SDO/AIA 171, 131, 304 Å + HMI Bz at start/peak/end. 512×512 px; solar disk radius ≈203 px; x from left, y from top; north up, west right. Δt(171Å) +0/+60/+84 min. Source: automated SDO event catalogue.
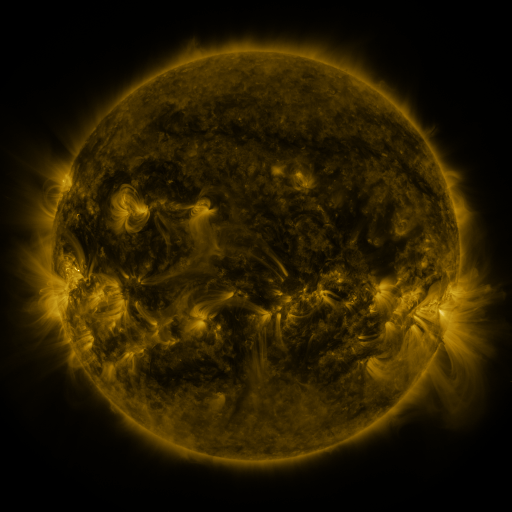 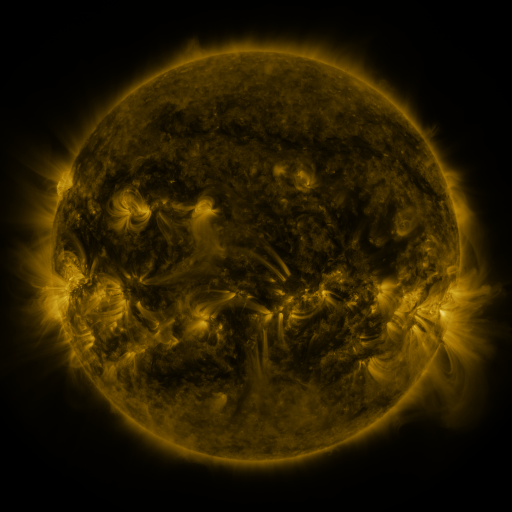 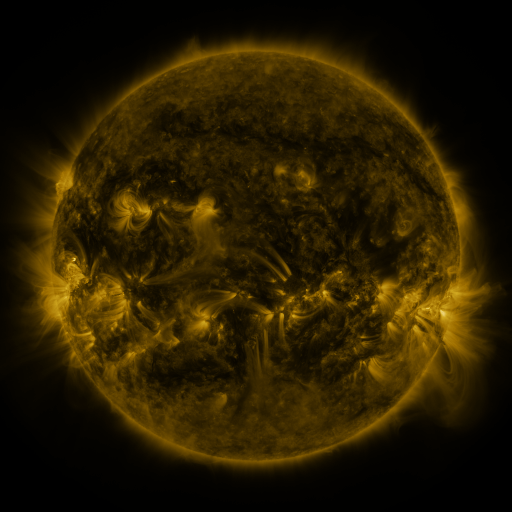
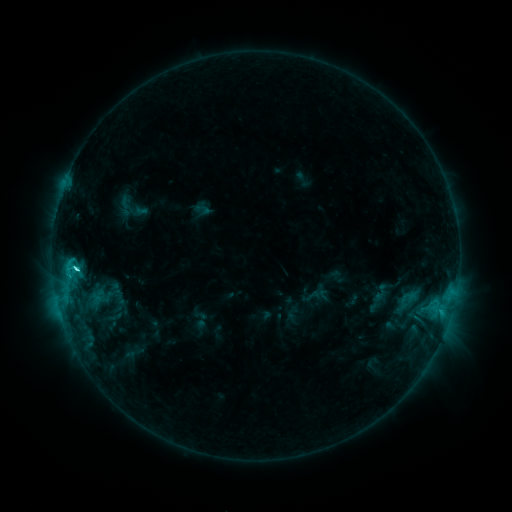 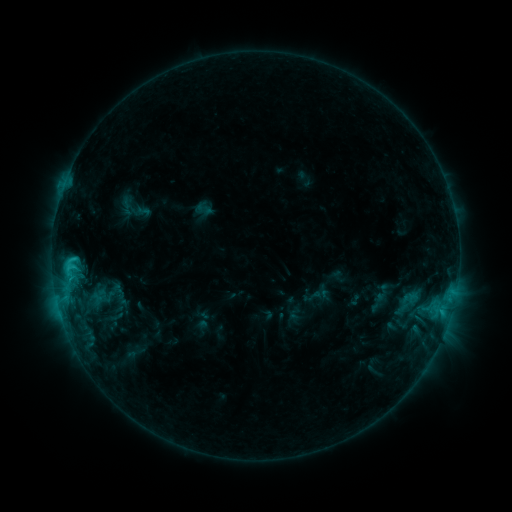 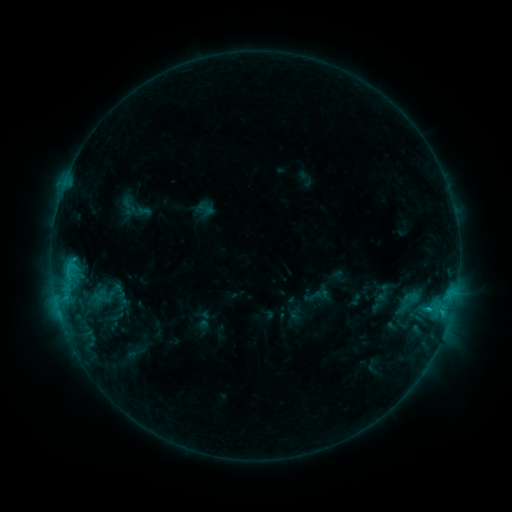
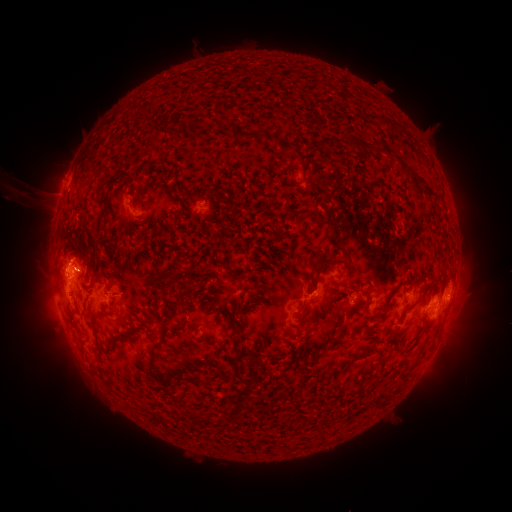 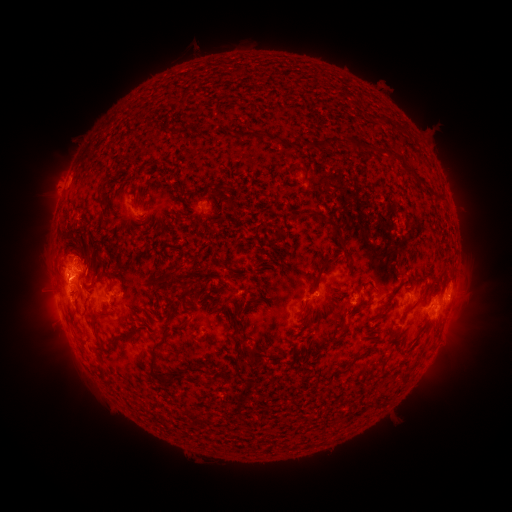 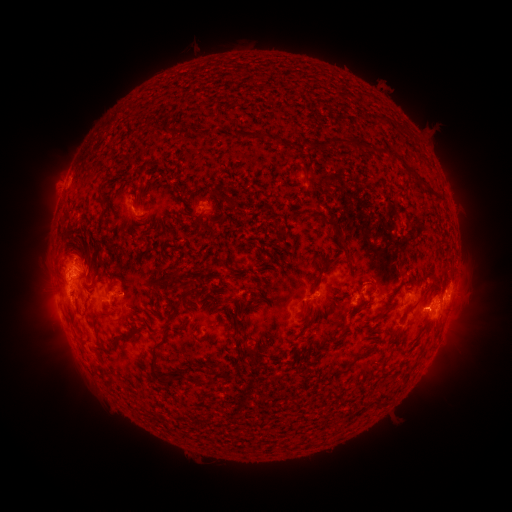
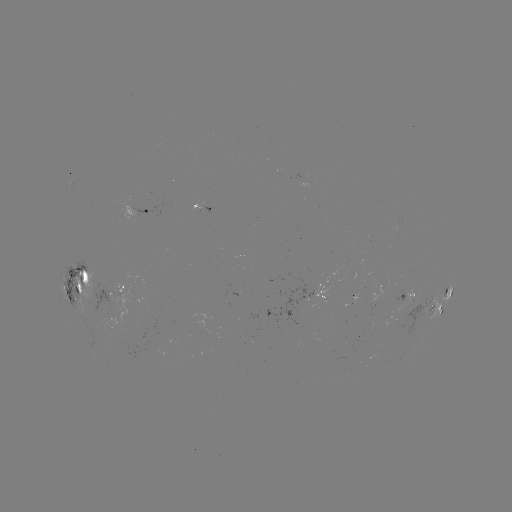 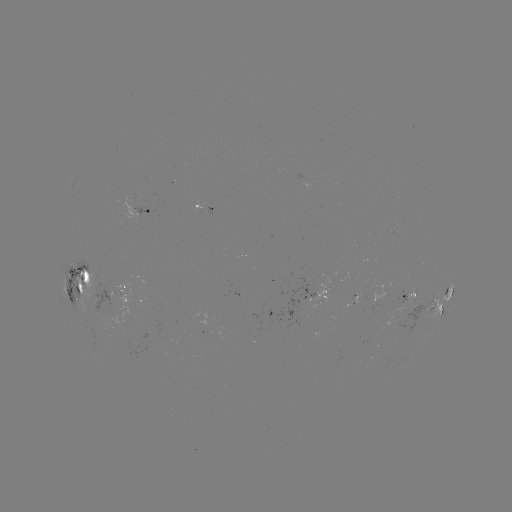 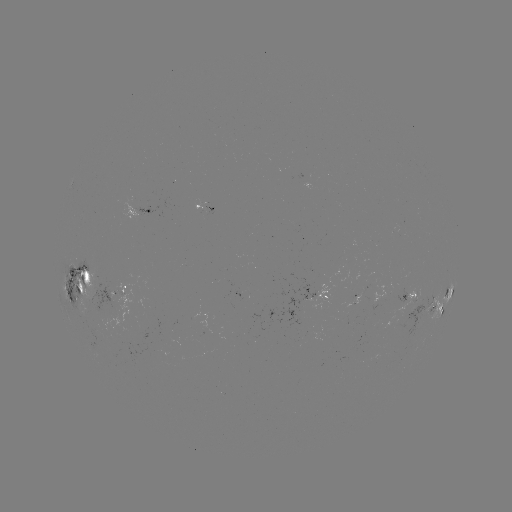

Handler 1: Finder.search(emerging-flux region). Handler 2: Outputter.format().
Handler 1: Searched emerging-flux region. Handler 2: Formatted (415, 300).